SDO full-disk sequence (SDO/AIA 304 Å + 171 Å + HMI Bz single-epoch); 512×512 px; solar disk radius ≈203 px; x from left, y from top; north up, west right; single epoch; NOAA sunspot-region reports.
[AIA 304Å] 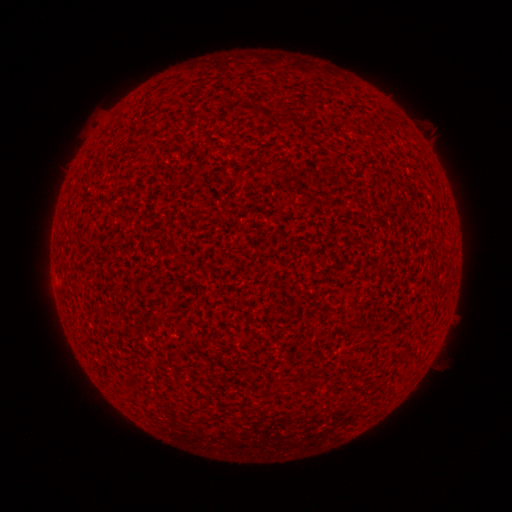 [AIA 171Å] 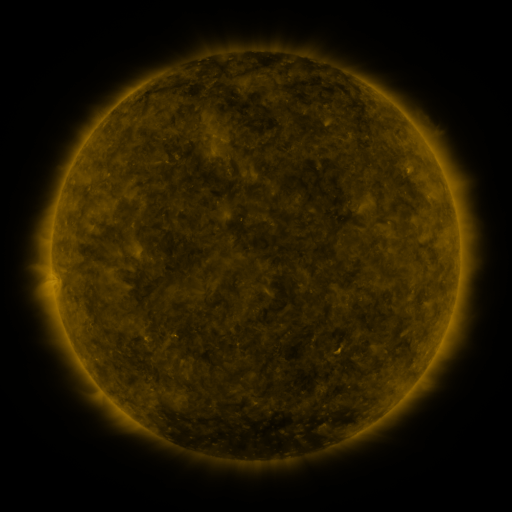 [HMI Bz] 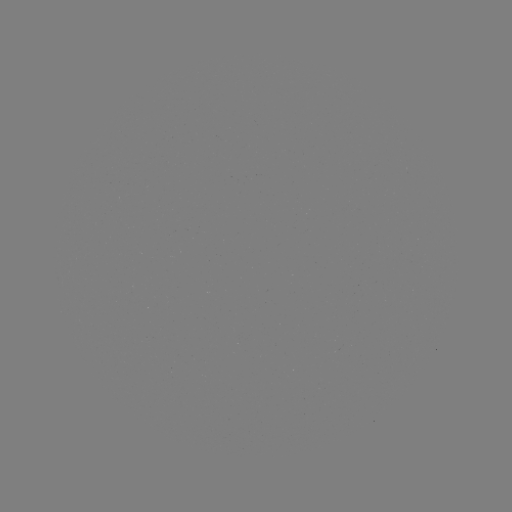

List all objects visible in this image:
(none)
